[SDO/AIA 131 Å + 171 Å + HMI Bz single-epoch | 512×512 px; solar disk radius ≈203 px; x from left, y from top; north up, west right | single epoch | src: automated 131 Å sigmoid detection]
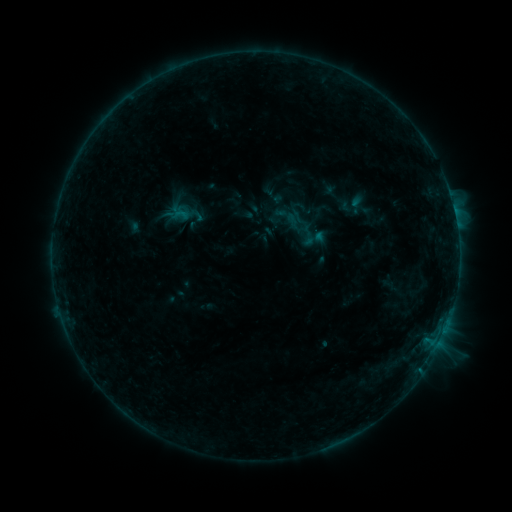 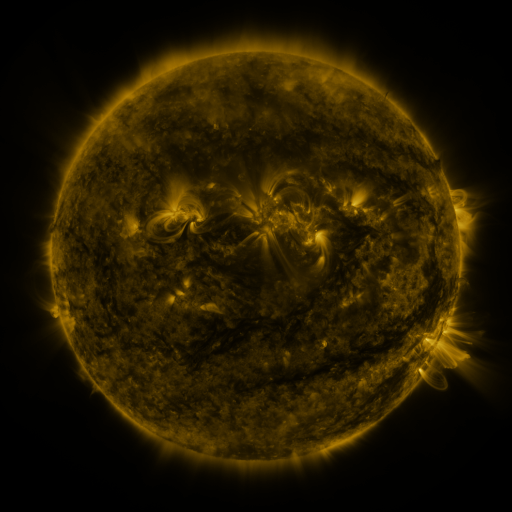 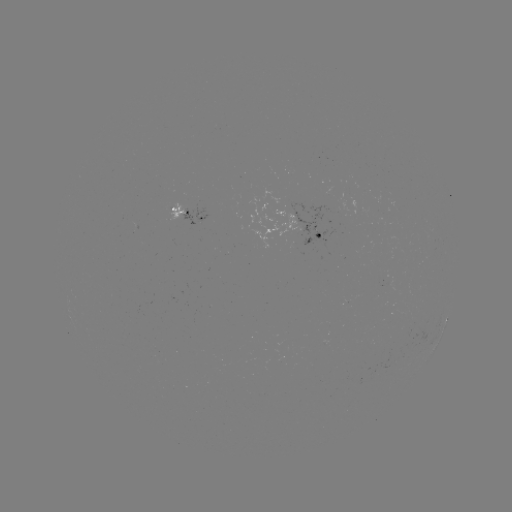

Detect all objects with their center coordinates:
sigmoid: [282, 212, 308, 236]
